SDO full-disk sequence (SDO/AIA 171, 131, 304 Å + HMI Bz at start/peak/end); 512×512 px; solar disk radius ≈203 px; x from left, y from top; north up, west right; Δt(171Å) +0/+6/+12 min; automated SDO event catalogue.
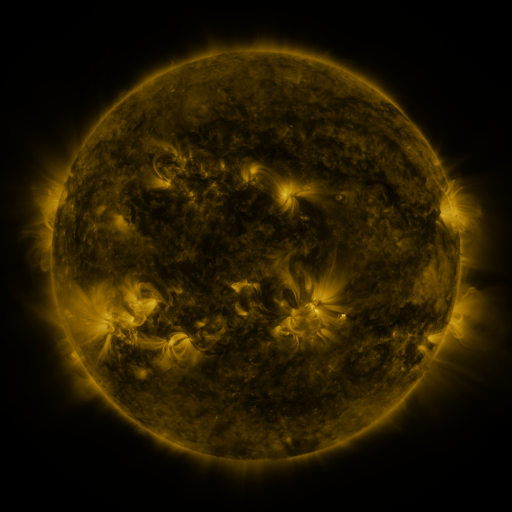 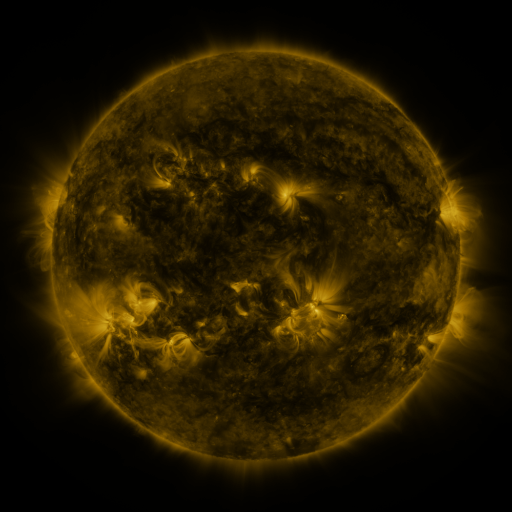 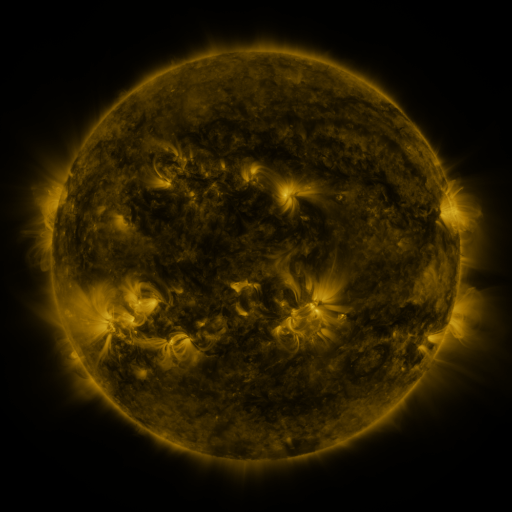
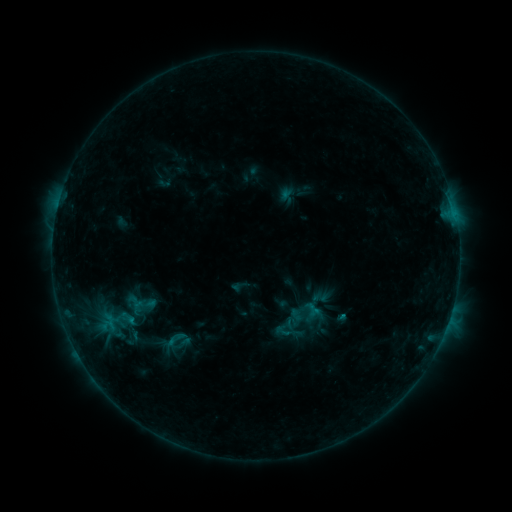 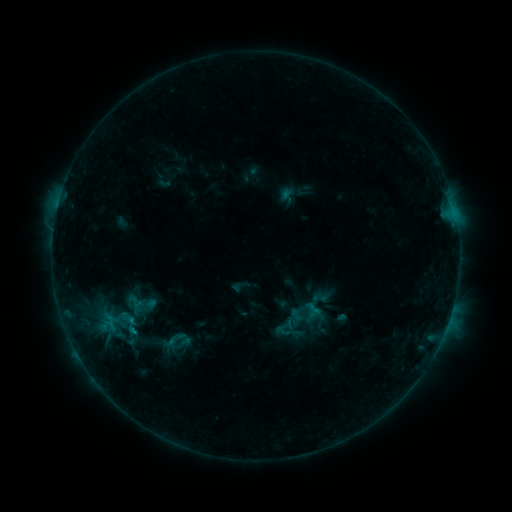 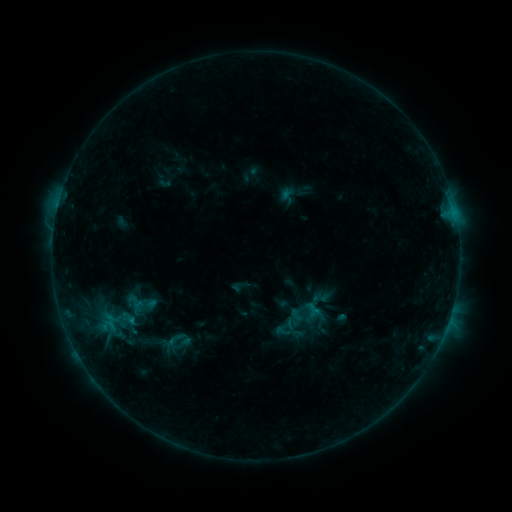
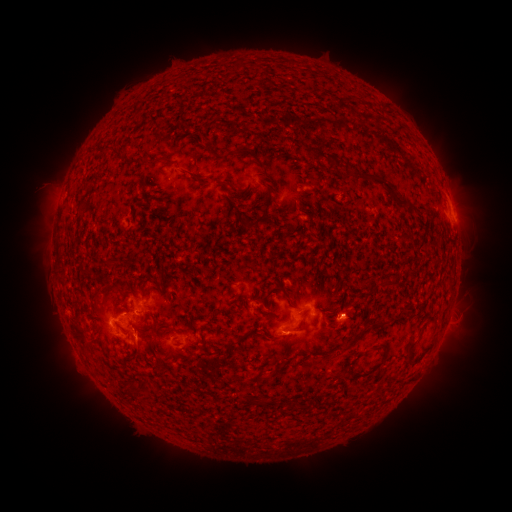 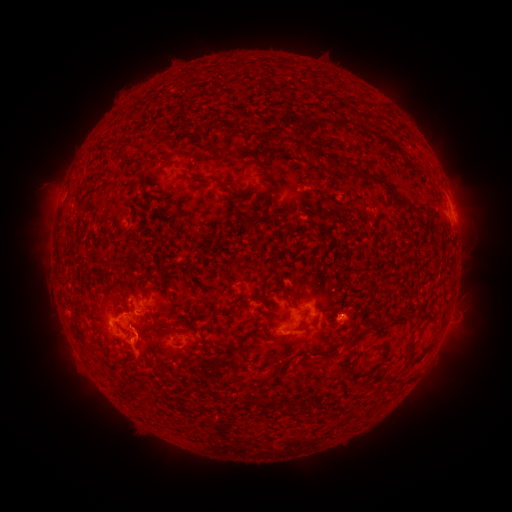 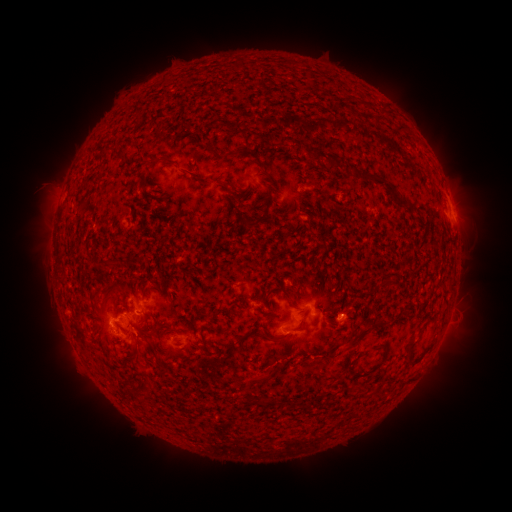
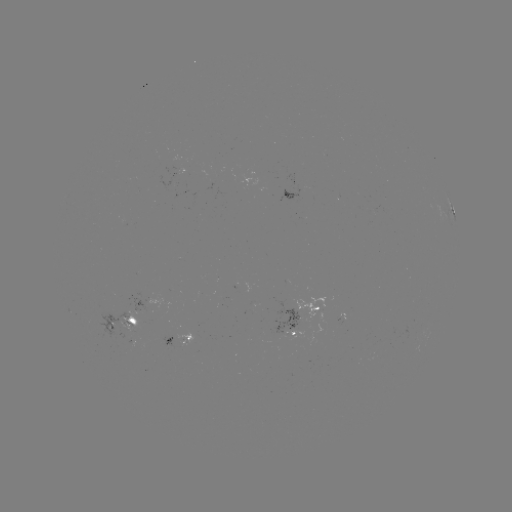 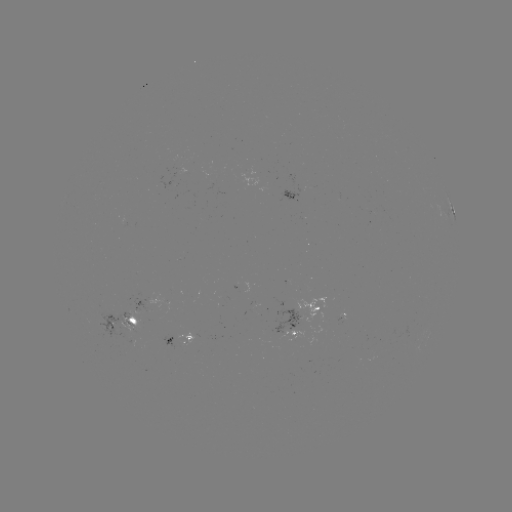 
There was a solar eruption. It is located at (140, 349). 